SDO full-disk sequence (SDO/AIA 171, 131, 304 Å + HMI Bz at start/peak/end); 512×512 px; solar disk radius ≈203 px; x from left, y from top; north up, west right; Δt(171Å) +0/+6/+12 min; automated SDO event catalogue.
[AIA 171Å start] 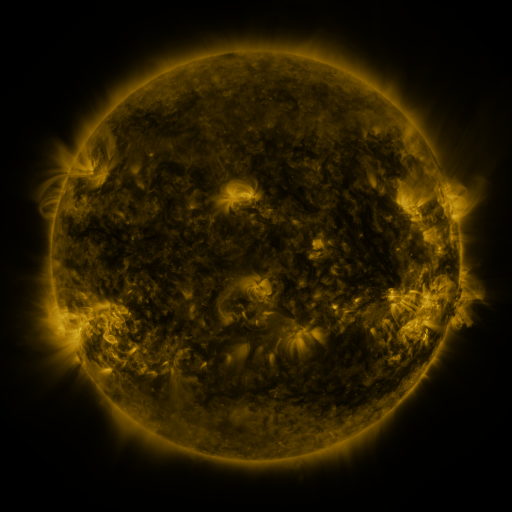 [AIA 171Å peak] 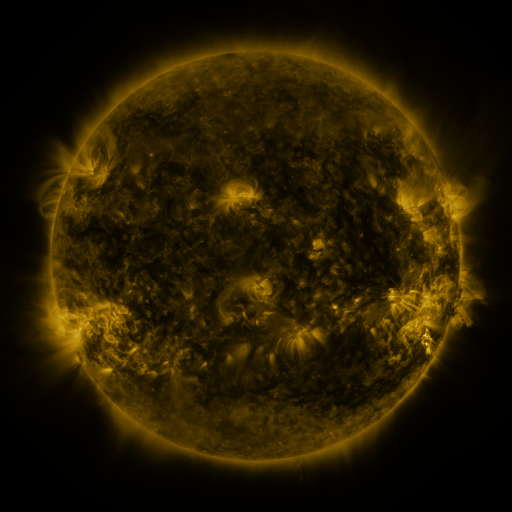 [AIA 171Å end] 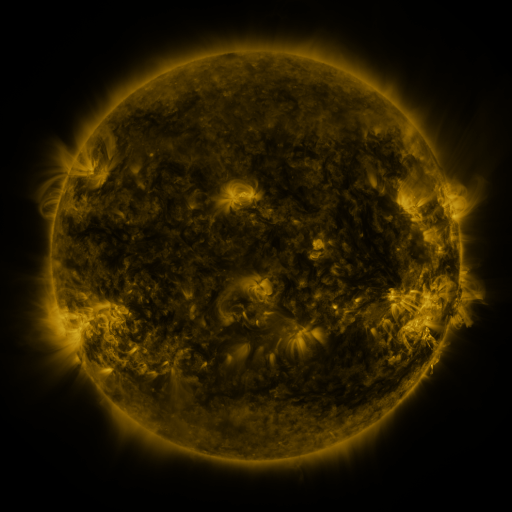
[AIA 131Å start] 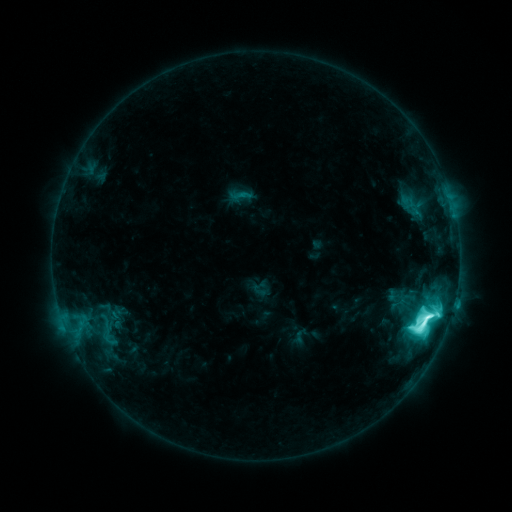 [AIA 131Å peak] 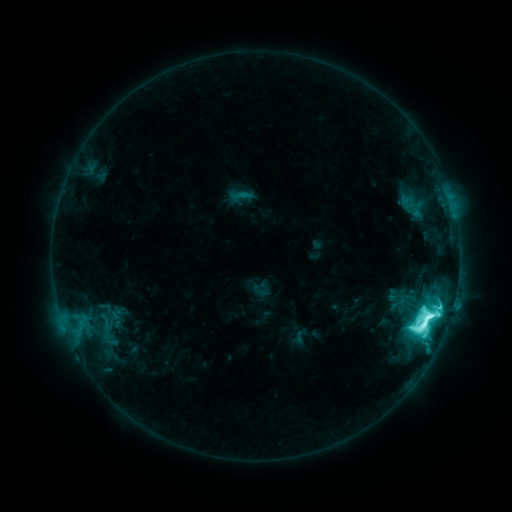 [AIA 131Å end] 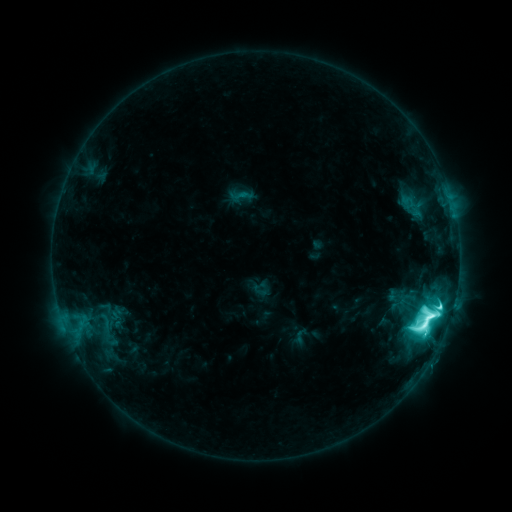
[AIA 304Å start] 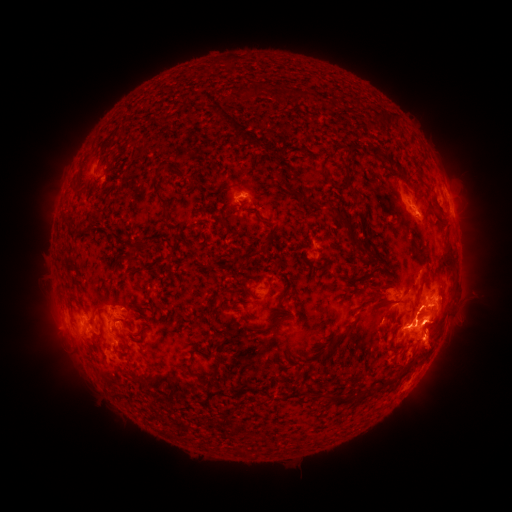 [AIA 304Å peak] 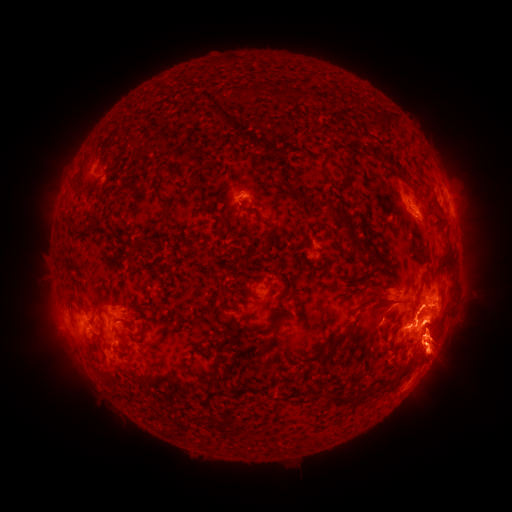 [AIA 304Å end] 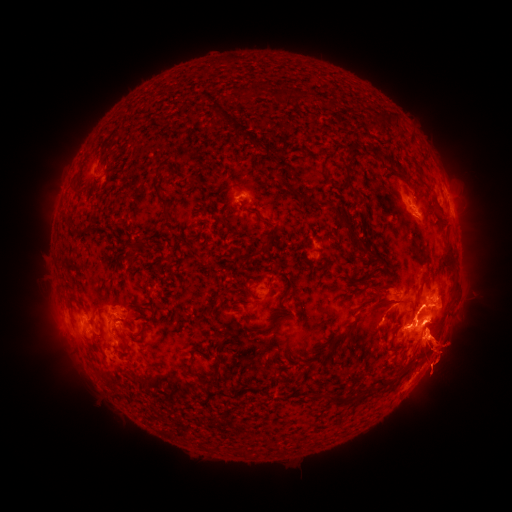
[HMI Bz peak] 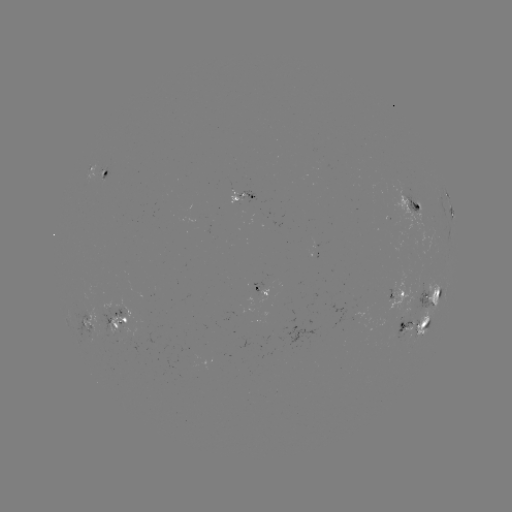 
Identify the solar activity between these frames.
eruption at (492, 355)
